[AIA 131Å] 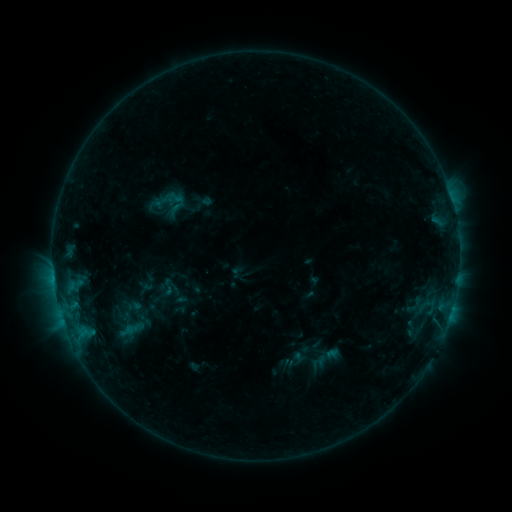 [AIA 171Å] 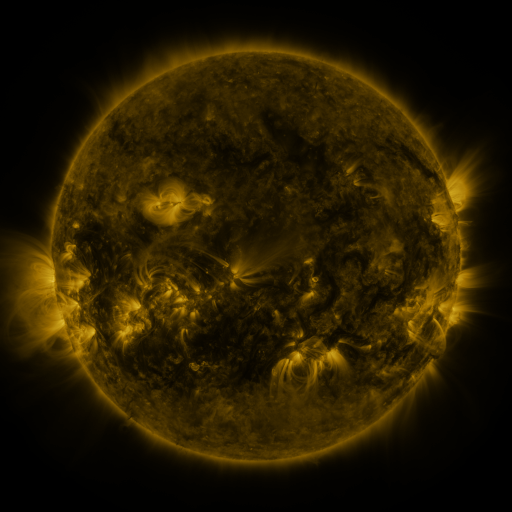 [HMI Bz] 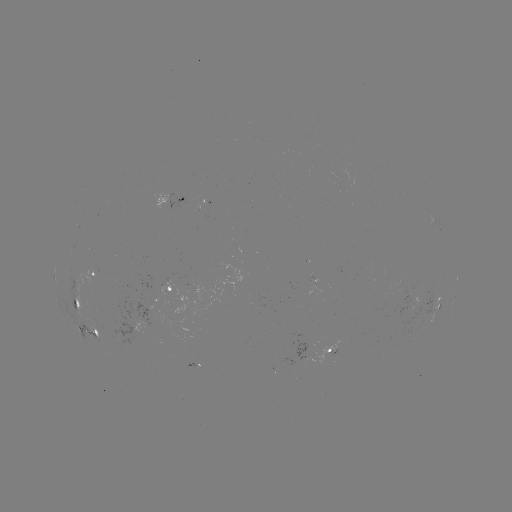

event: sigmoid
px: (168, 287)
